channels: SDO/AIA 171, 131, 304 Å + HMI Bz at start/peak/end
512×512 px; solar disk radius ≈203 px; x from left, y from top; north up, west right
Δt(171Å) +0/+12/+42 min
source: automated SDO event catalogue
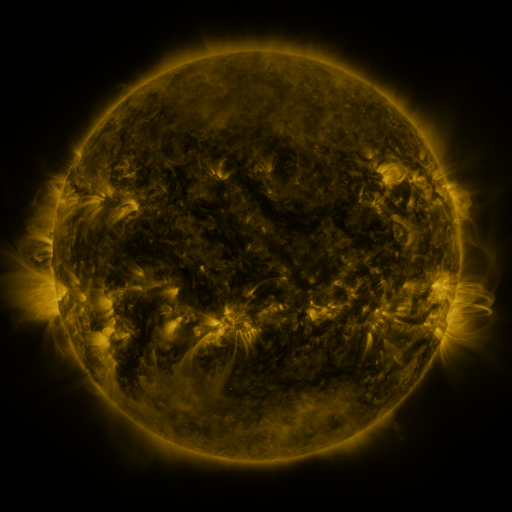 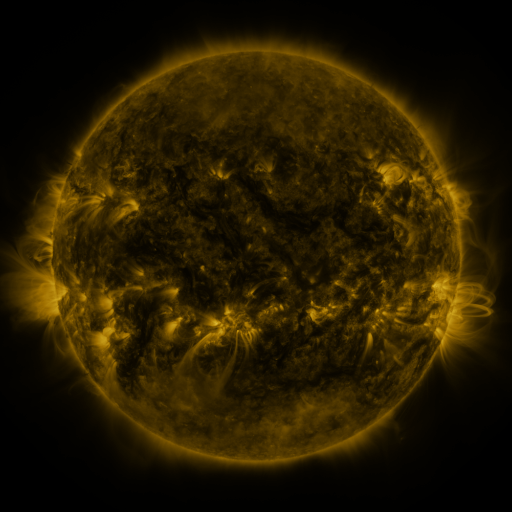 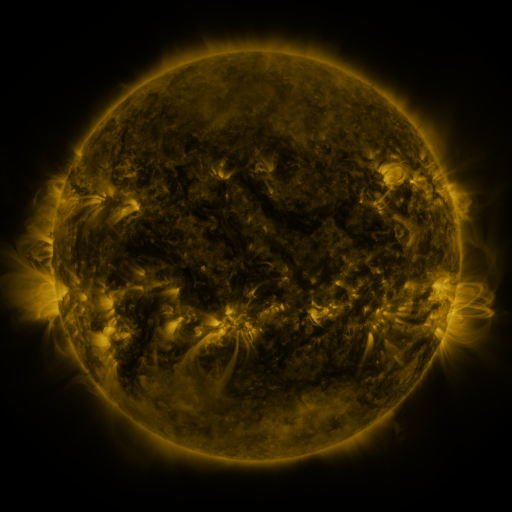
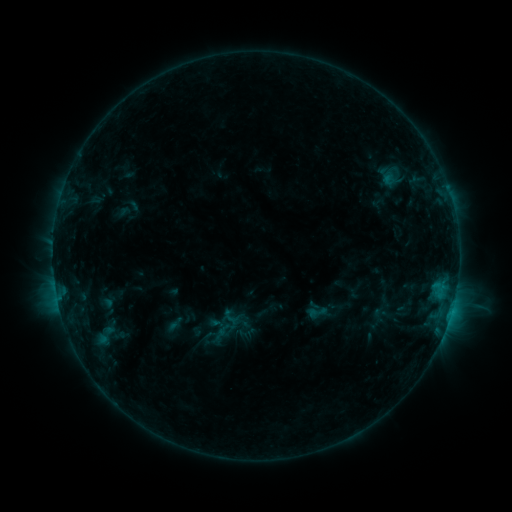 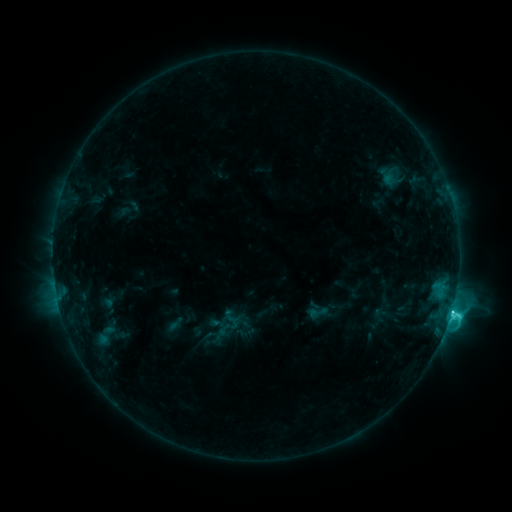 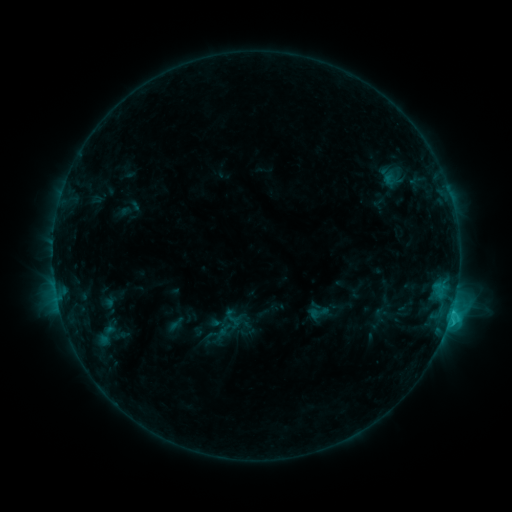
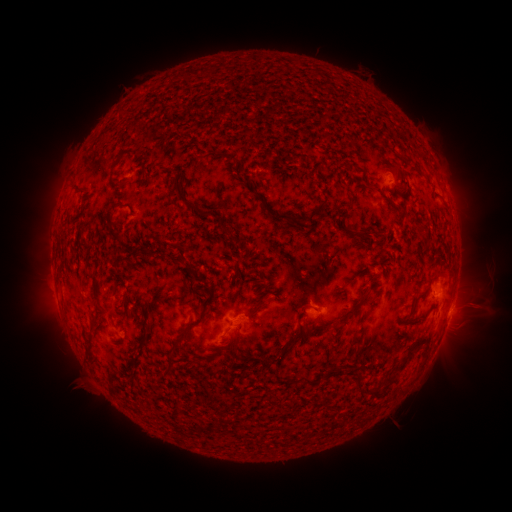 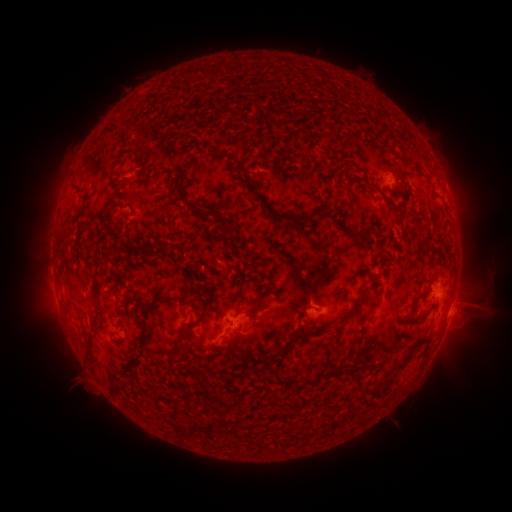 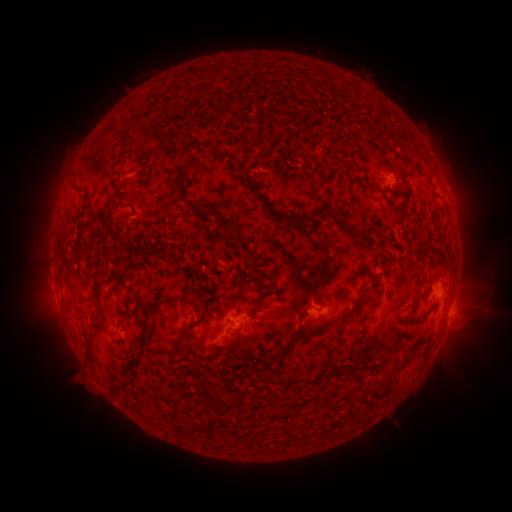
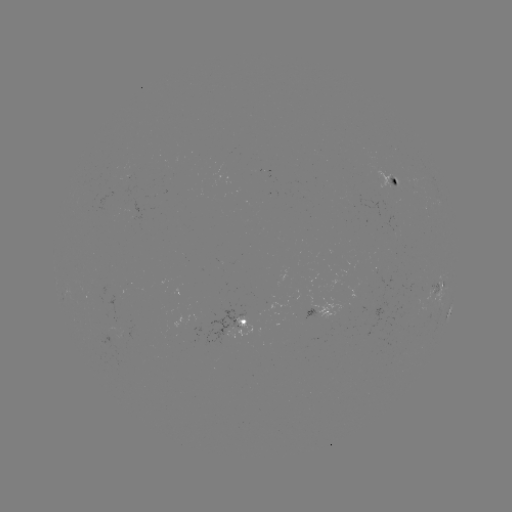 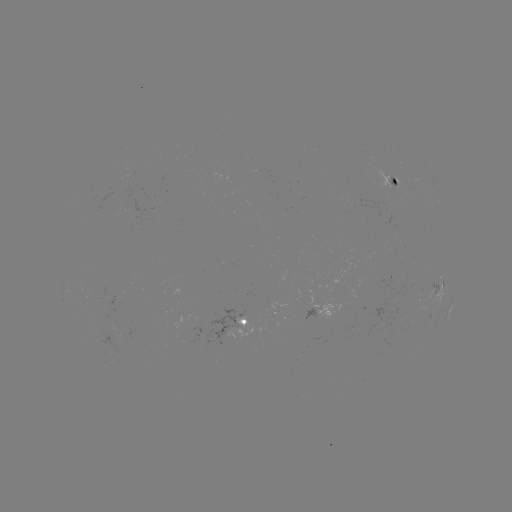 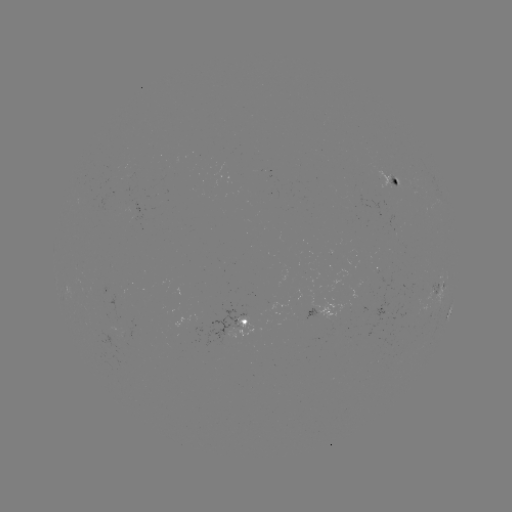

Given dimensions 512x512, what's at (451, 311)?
C3.3 flare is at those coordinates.